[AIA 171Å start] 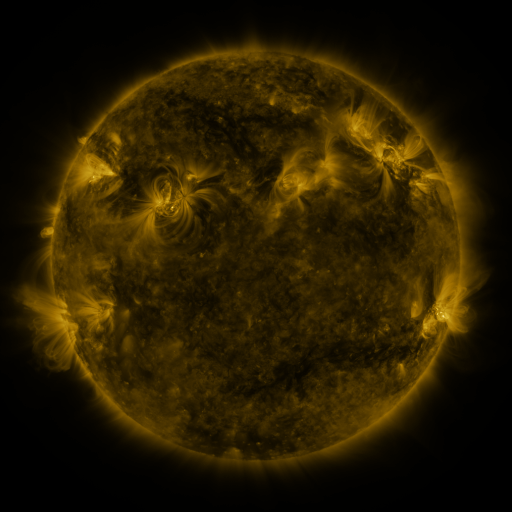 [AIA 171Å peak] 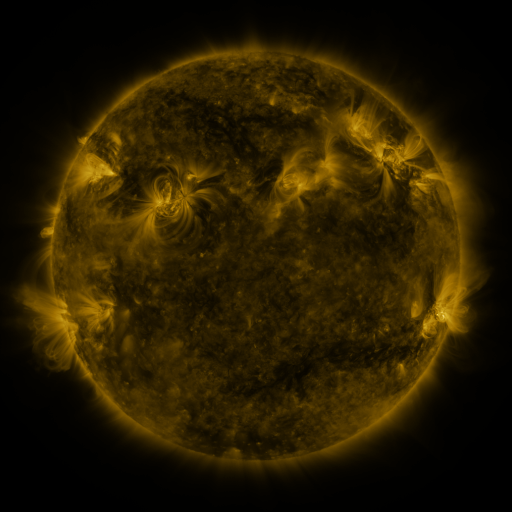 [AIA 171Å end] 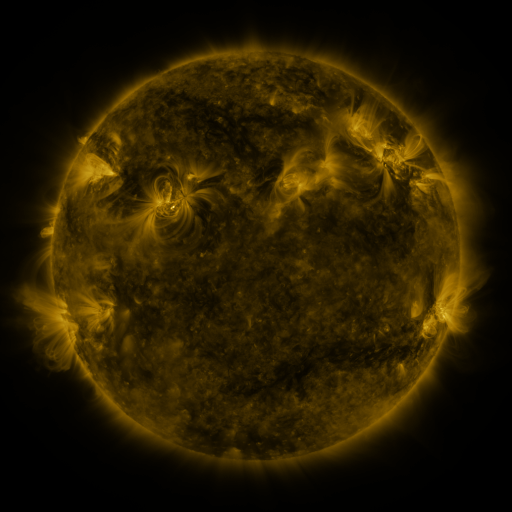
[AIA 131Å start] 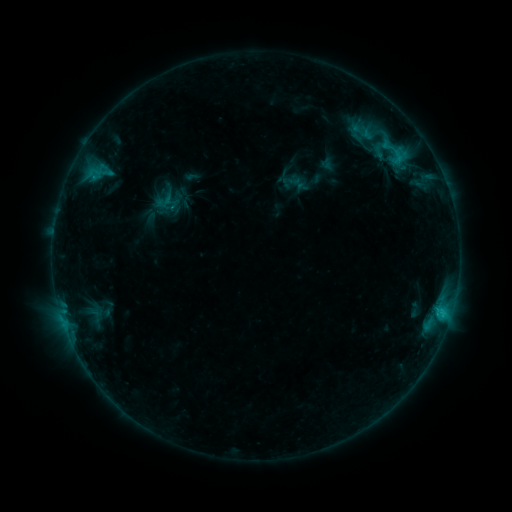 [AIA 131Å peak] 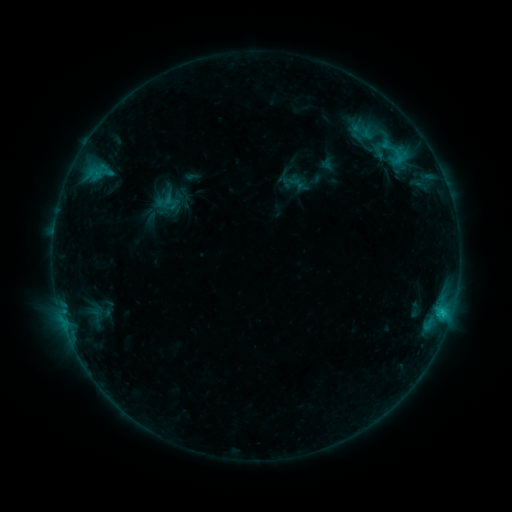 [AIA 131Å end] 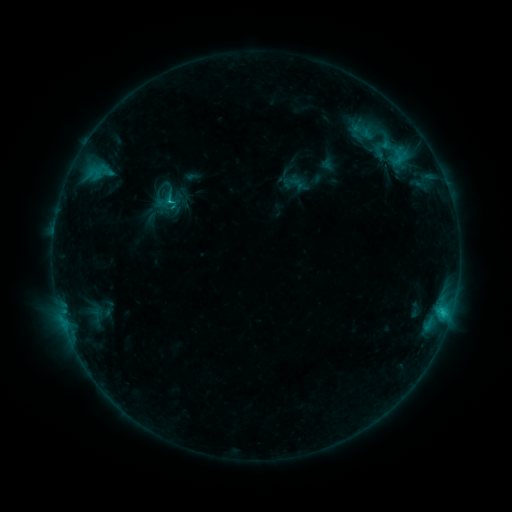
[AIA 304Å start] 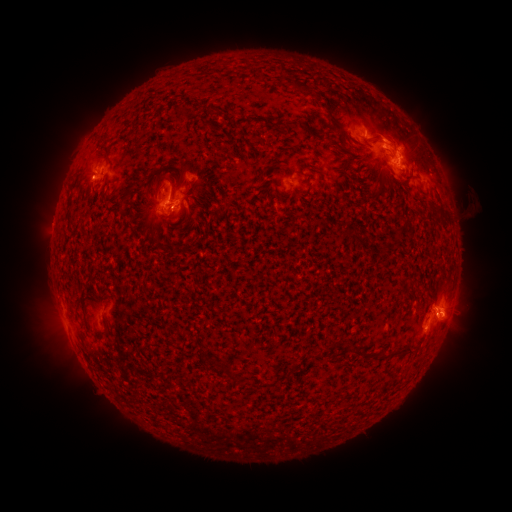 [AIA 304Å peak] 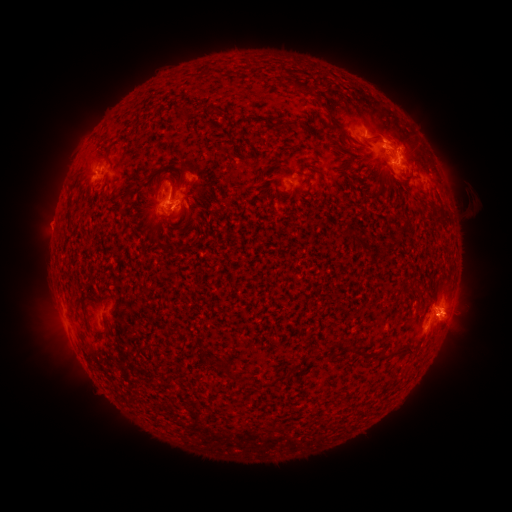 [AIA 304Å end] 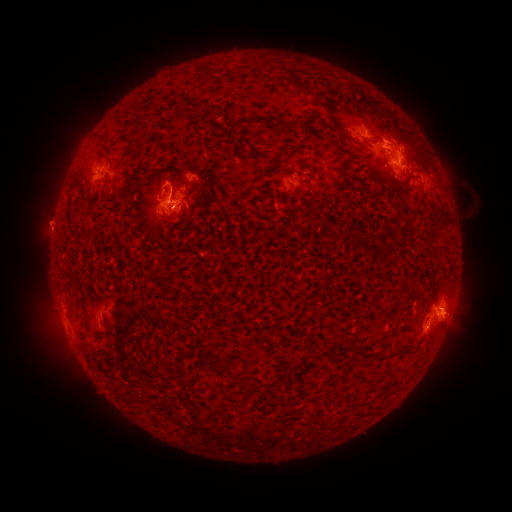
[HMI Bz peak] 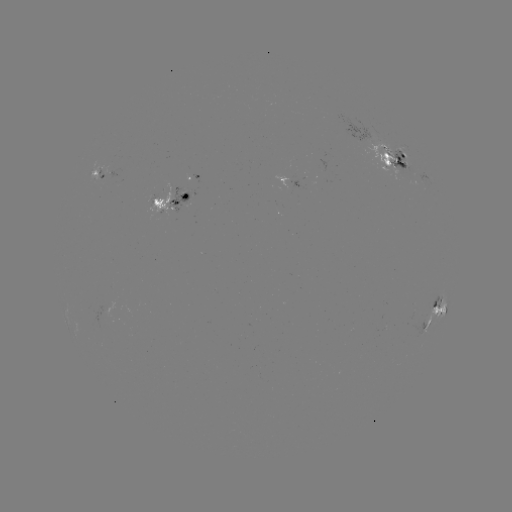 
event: eruption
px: (45, 222)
